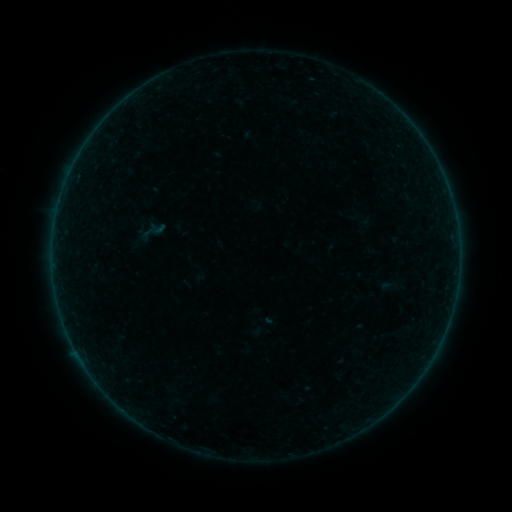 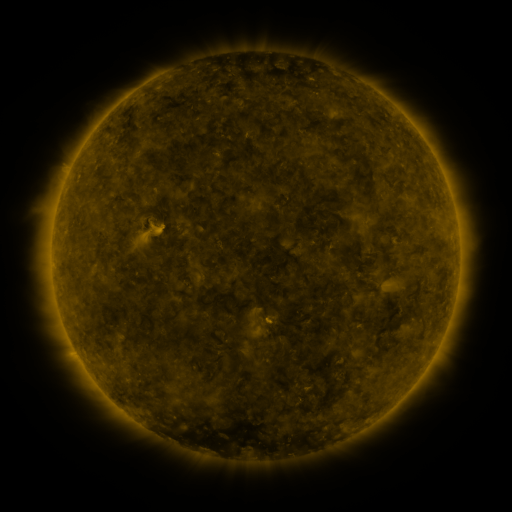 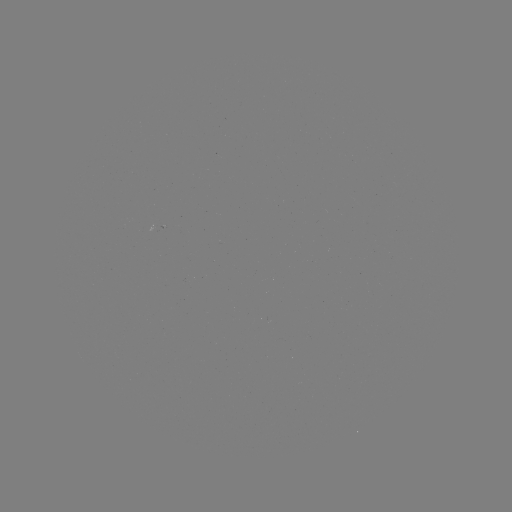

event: sigmoid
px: (154, 230)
